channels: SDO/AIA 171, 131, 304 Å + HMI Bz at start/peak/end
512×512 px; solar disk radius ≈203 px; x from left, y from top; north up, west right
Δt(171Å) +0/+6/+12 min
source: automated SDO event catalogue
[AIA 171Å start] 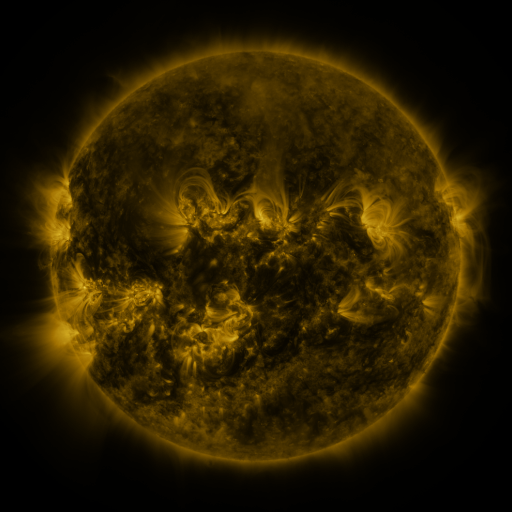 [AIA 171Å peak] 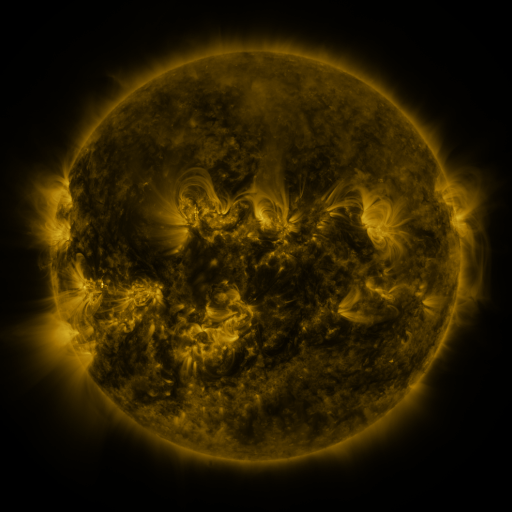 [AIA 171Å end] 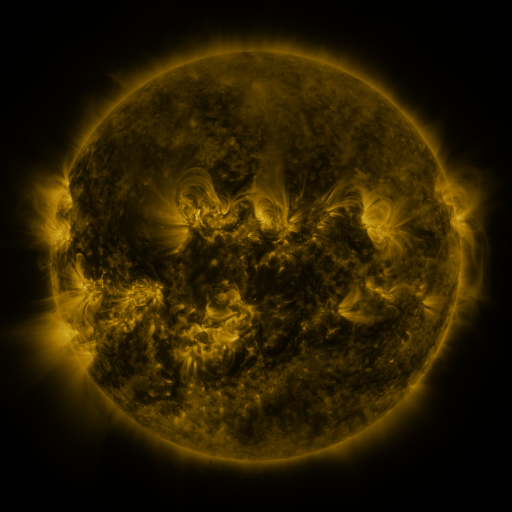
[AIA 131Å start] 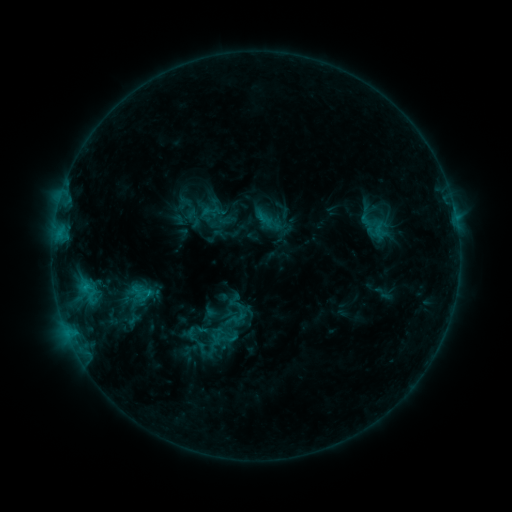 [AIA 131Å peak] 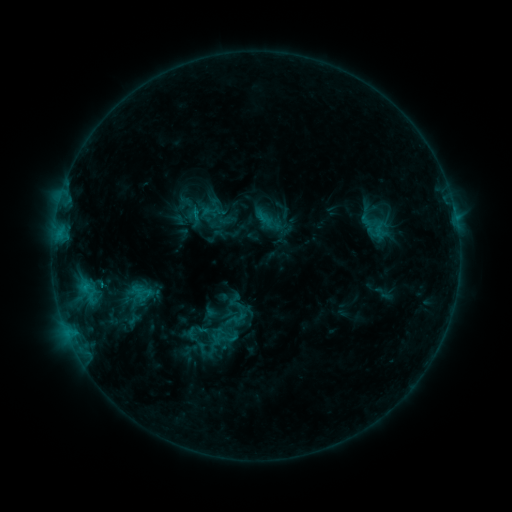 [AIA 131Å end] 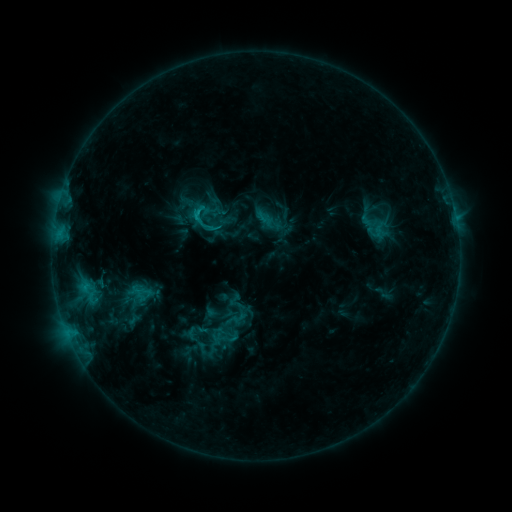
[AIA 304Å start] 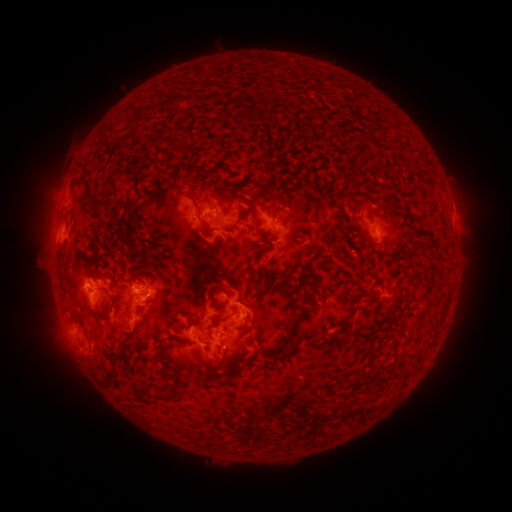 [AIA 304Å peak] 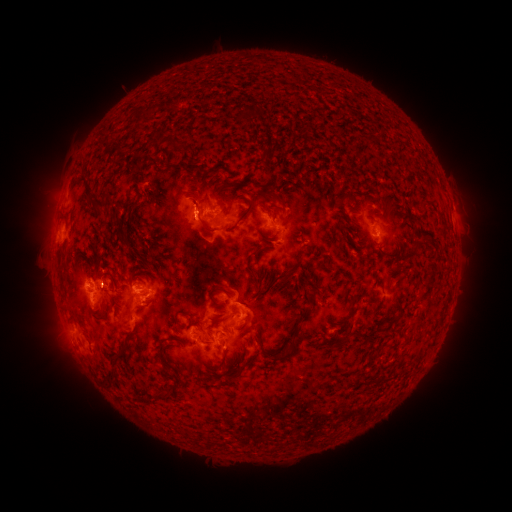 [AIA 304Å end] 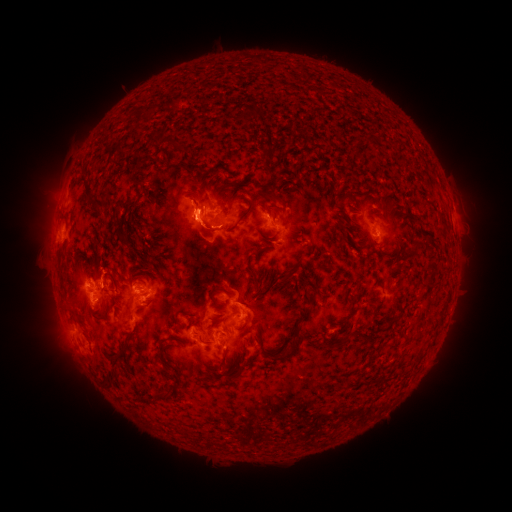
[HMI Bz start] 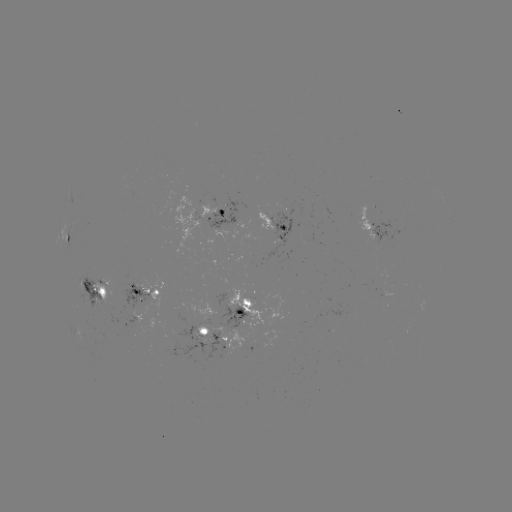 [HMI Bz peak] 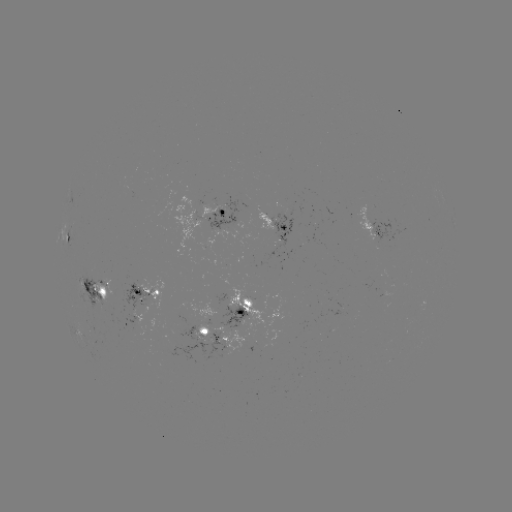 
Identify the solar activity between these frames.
eruption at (194, 219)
